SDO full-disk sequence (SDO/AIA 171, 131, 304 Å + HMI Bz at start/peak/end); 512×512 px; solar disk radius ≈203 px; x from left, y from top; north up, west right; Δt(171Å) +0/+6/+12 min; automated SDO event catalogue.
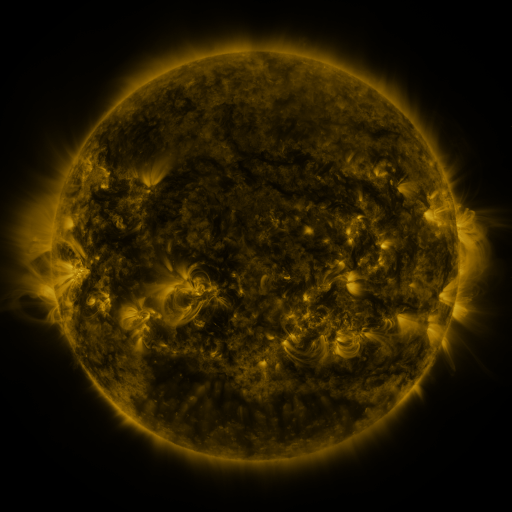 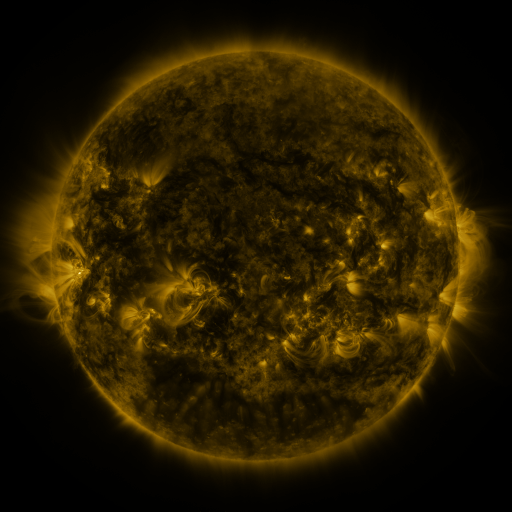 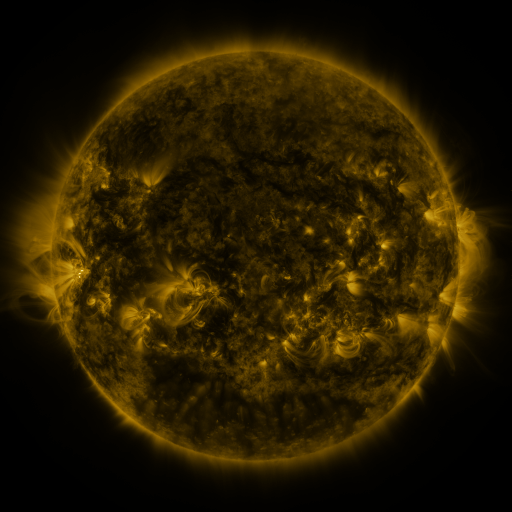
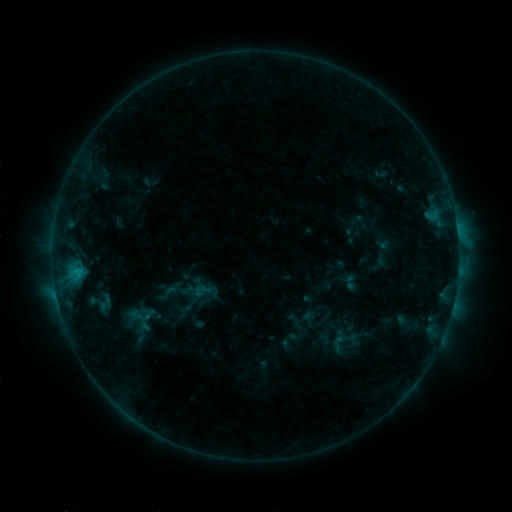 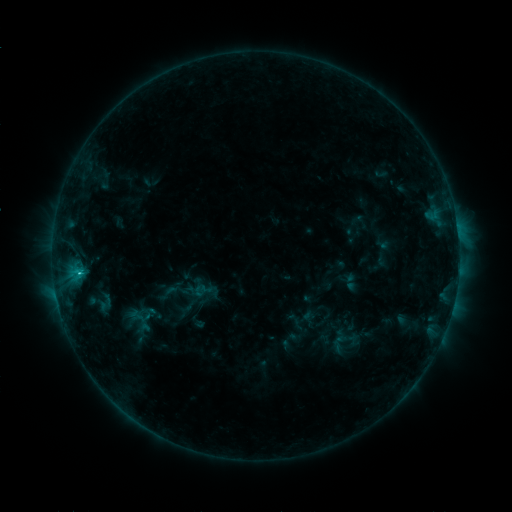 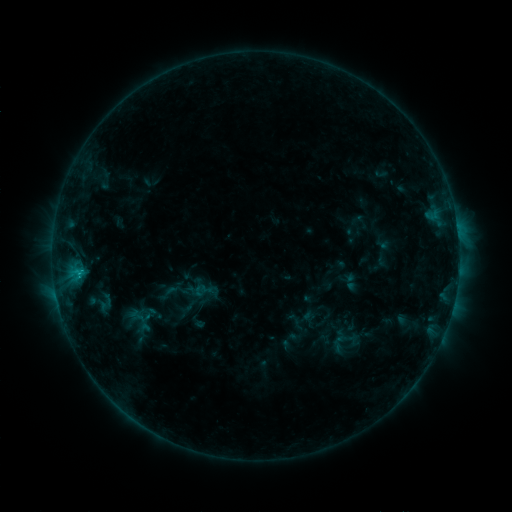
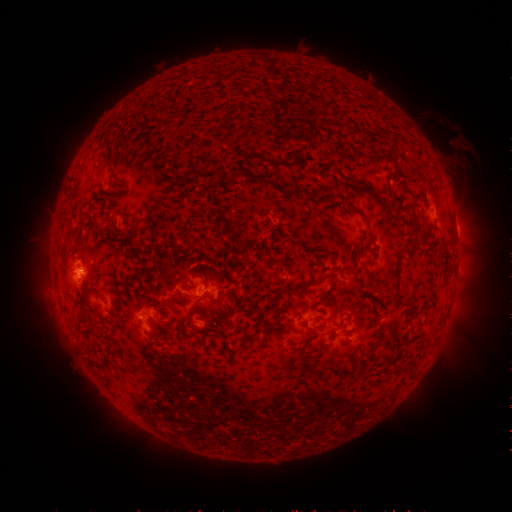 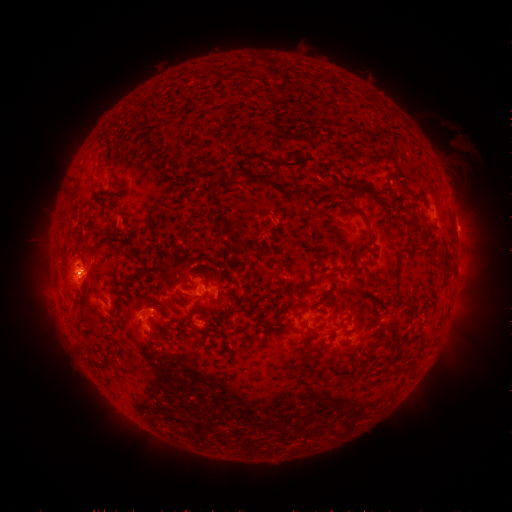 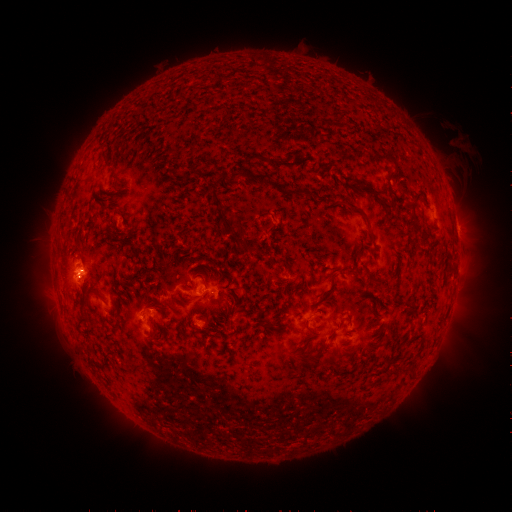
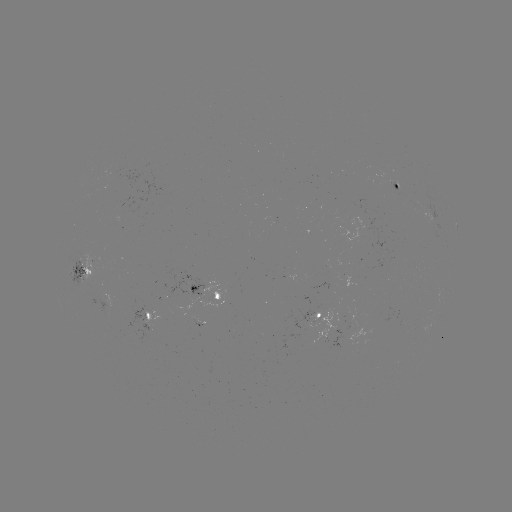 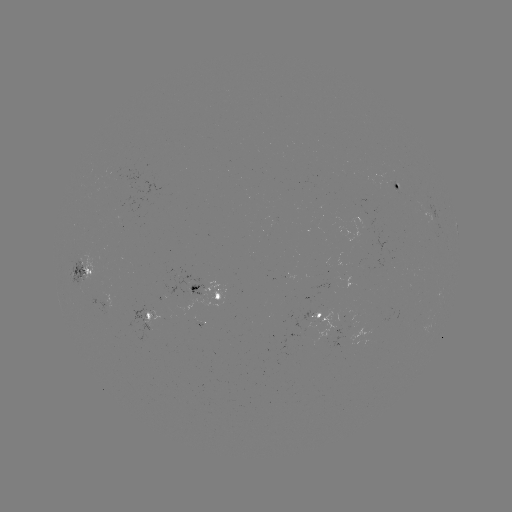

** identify C1.2 flare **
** [78, 268] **